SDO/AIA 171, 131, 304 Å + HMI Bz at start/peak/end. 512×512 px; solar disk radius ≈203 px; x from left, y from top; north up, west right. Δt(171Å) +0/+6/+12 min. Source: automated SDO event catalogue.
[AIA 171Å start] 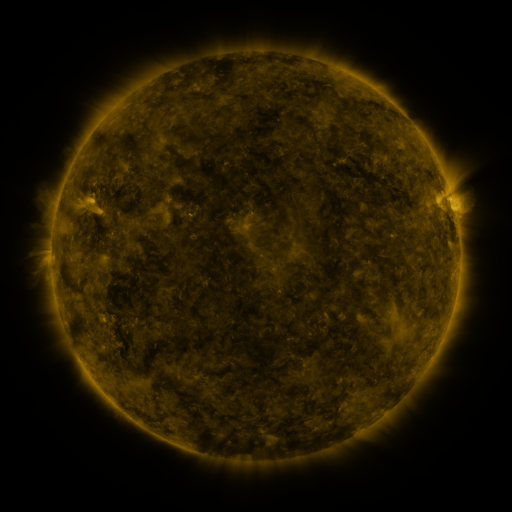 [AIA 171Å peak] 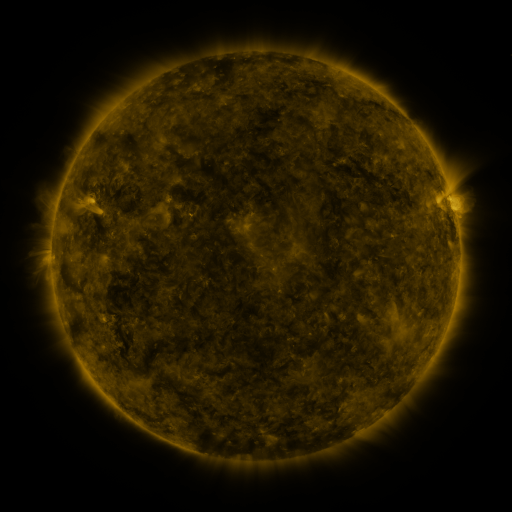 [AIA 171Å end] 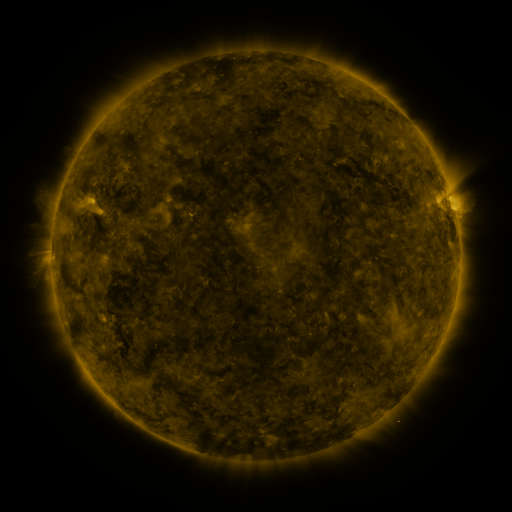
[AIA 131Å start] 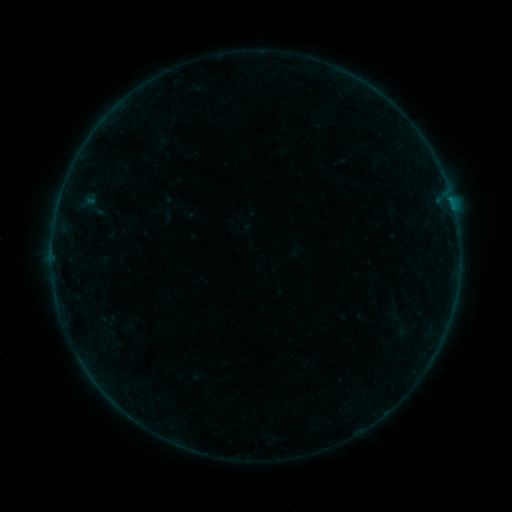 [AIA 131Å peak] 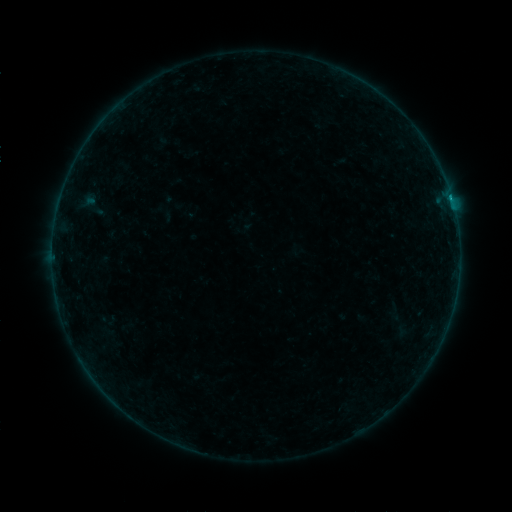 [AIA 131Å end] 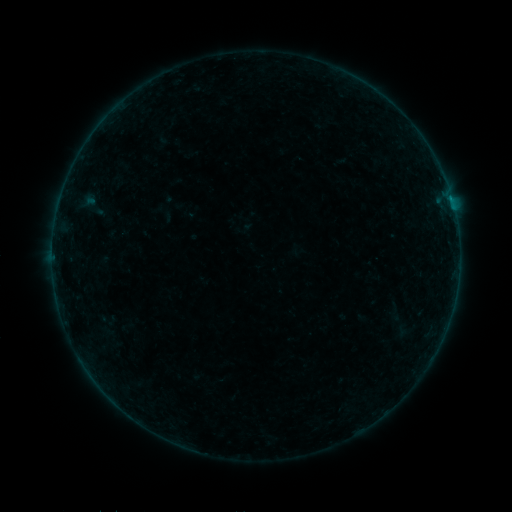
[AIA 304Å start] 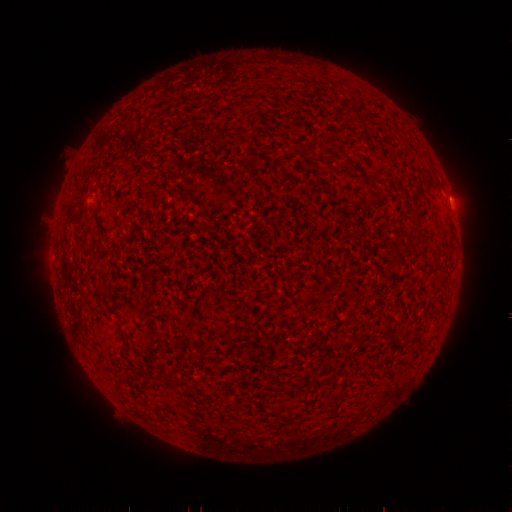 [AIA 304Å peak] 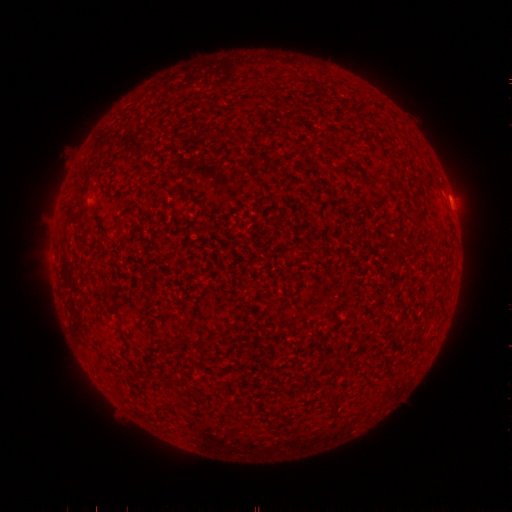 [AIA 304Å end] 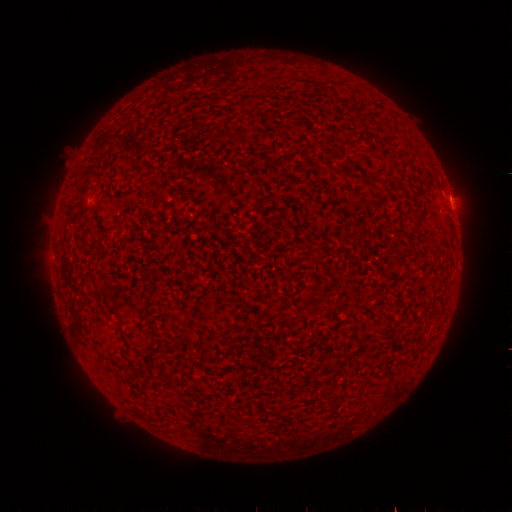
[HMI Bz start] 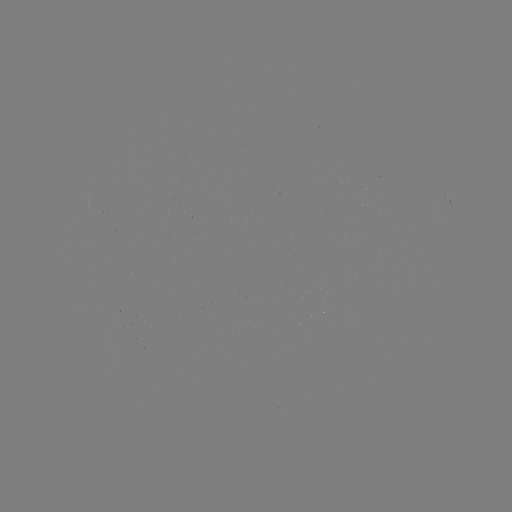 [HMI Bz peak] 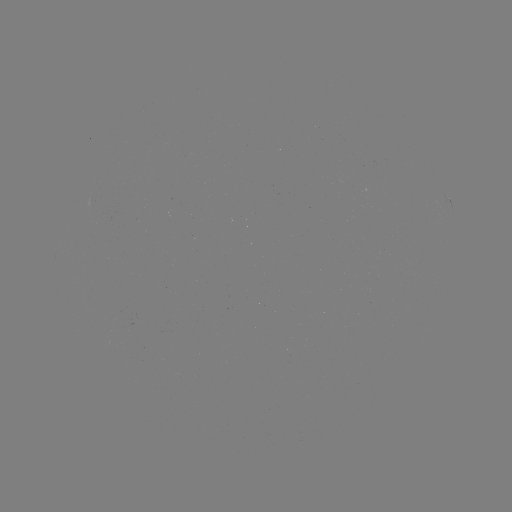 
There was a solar flare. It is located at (450, 198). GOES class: B3.2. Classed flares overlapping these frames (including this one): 1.